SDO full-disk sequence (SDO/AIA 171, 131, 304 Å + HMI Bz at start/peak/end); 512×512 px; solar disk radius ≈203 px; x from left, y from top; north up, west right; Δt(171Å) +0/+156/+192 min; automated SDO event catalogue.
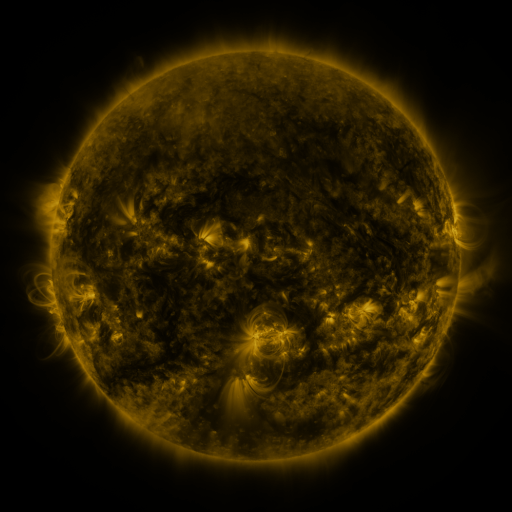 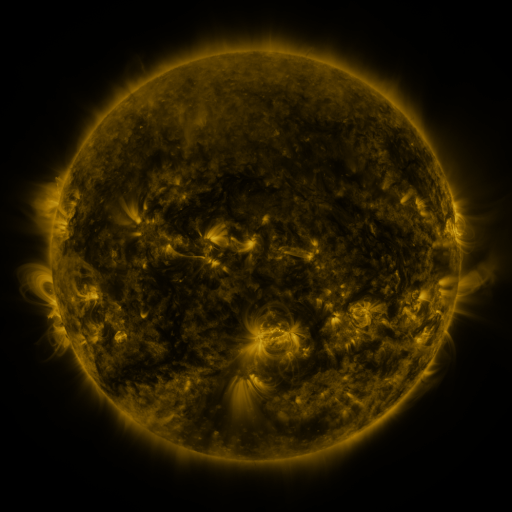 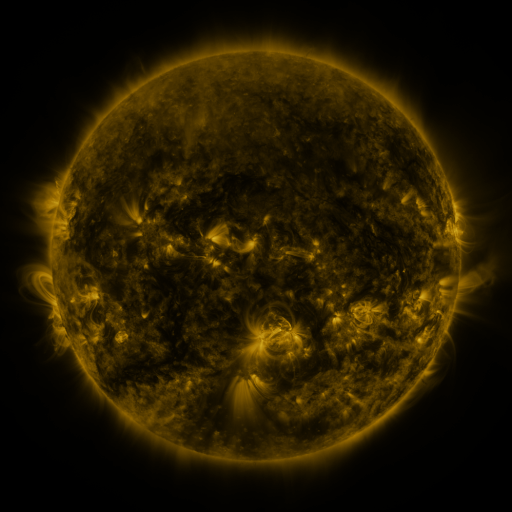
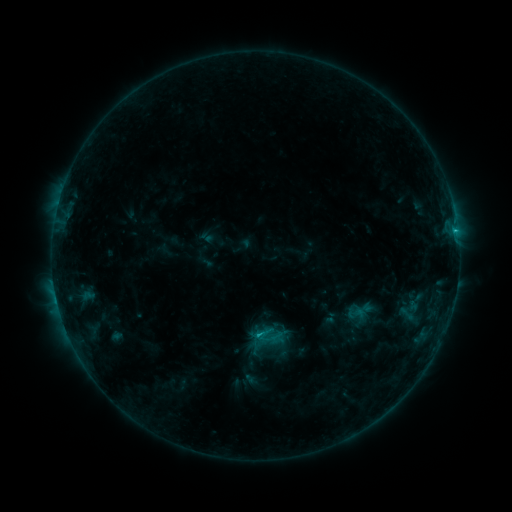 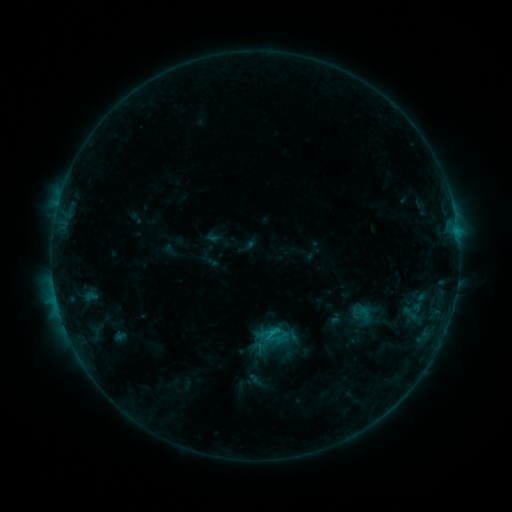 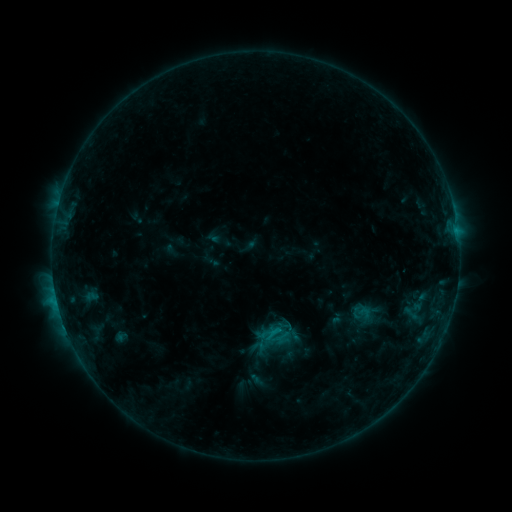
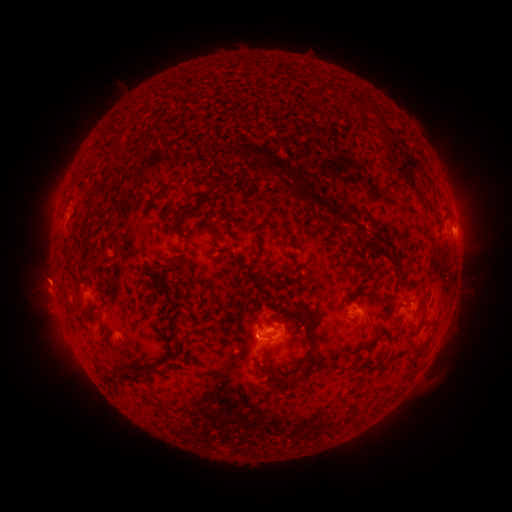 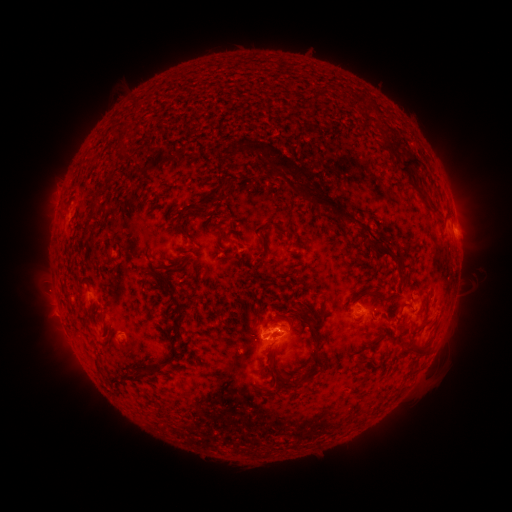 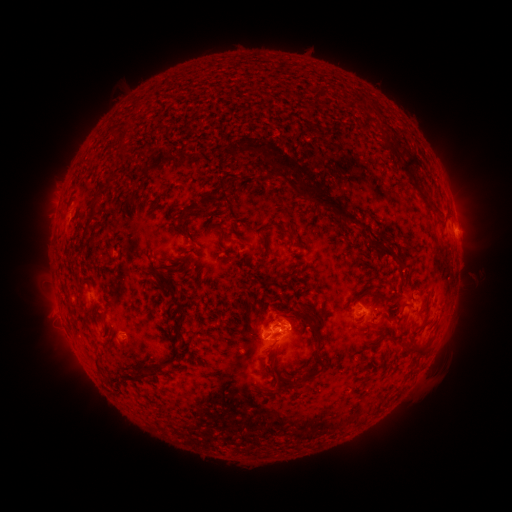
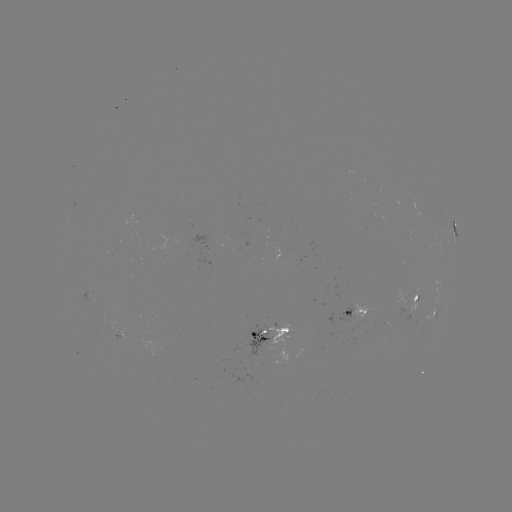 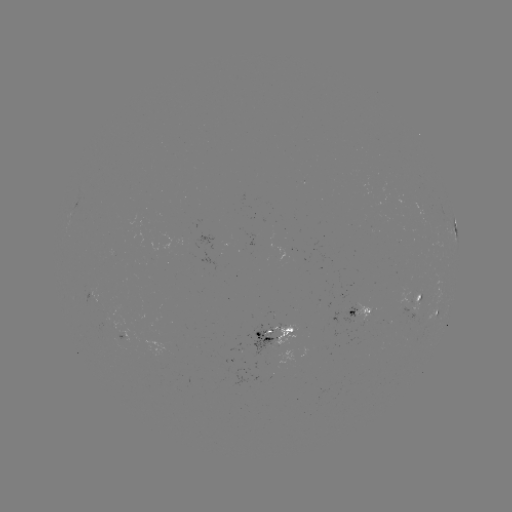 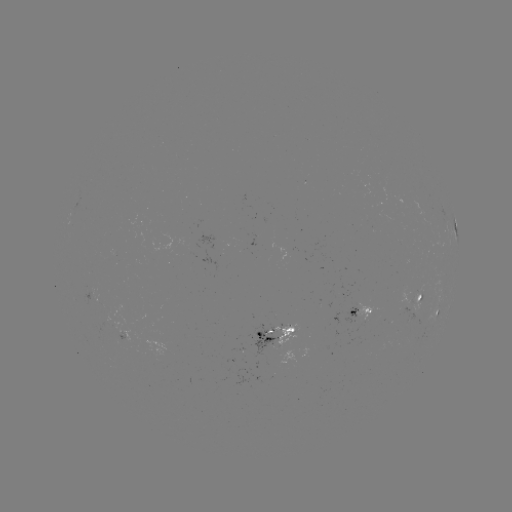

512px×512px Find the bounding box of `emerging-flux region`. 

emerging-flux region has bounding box [354, 303, 372, 323].